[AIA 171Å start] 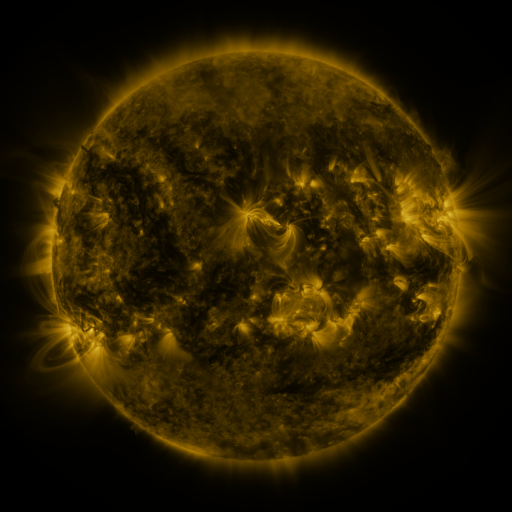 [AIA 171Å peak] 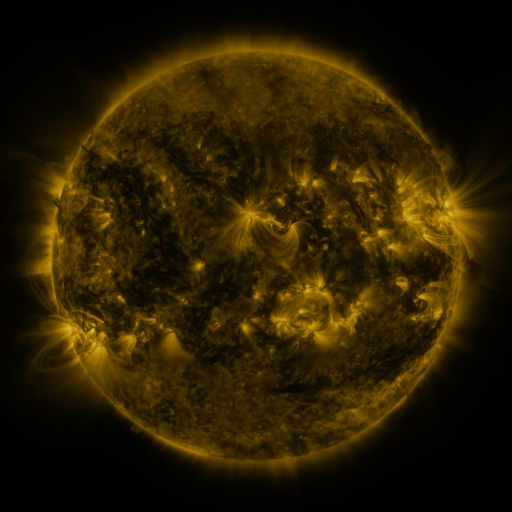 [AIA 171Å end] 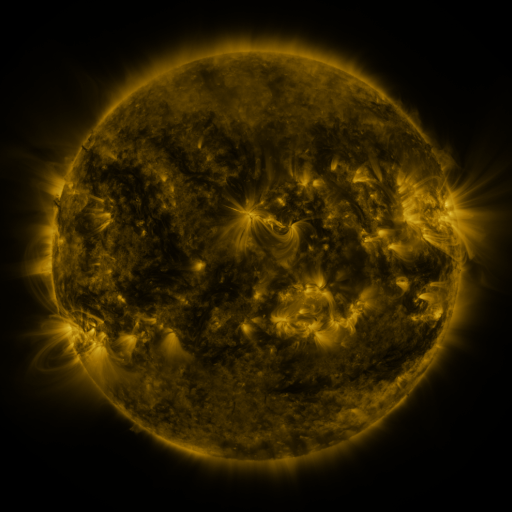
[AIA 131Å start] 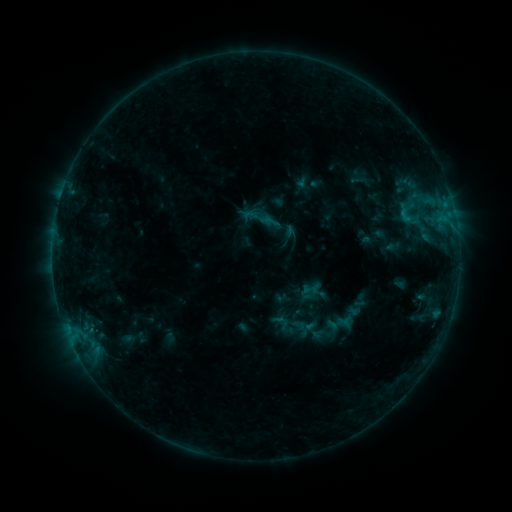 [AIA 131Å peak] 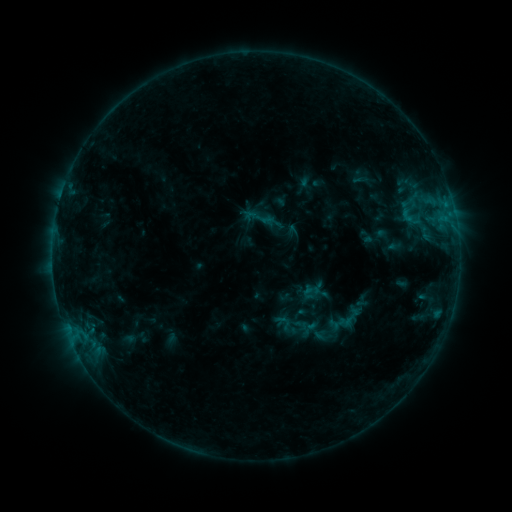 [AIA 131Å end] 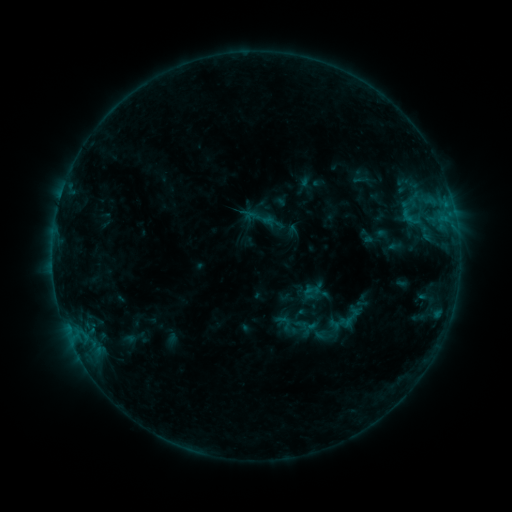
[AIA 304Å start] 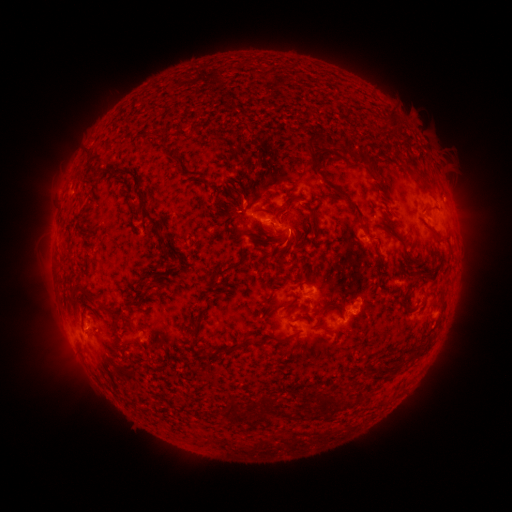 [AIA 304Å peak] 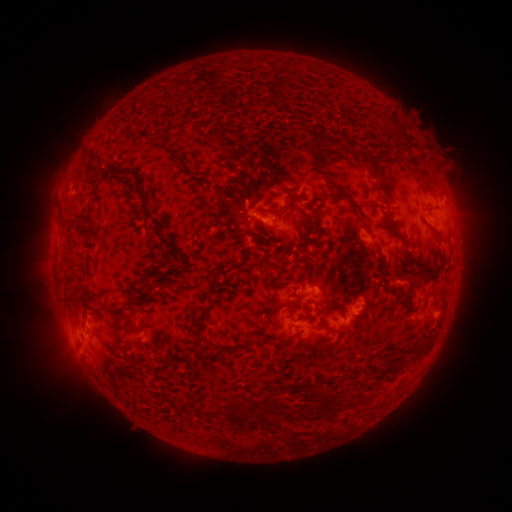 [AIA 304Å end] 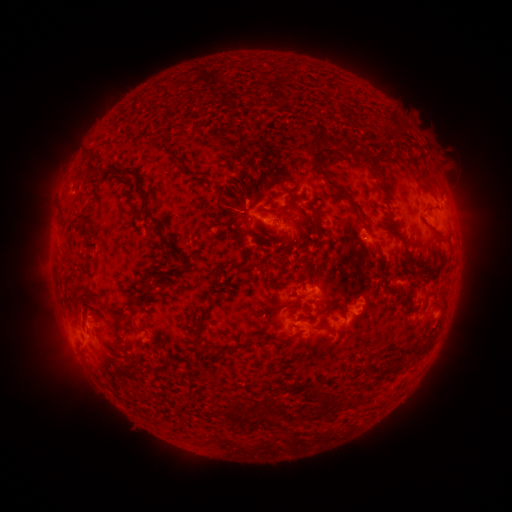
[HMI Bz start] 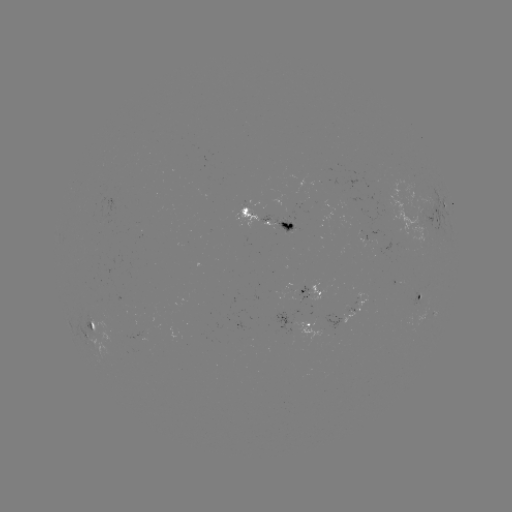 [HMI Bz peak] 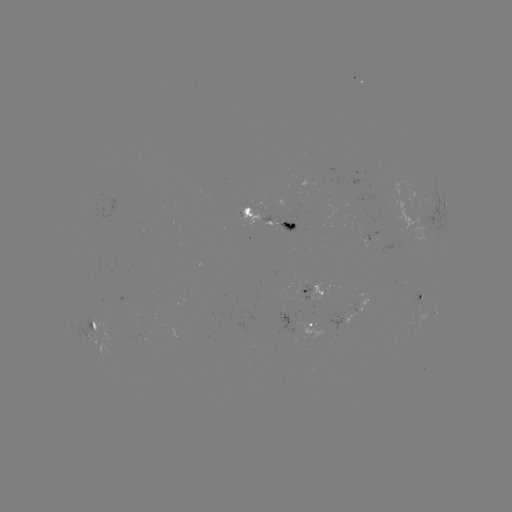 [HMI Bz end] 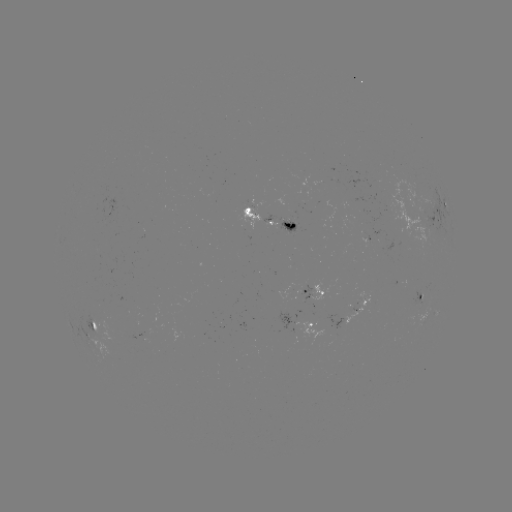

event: emerging-flux region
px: (364, 238)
